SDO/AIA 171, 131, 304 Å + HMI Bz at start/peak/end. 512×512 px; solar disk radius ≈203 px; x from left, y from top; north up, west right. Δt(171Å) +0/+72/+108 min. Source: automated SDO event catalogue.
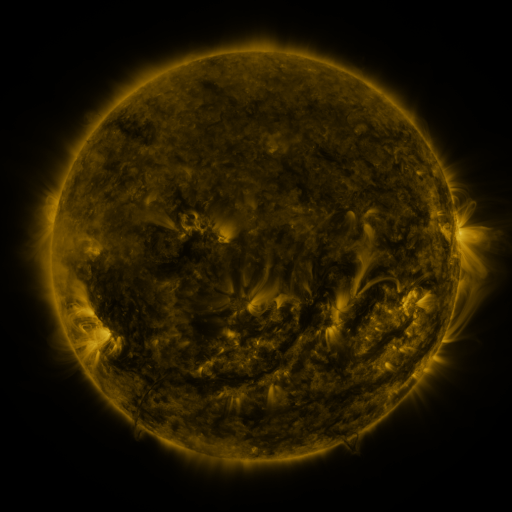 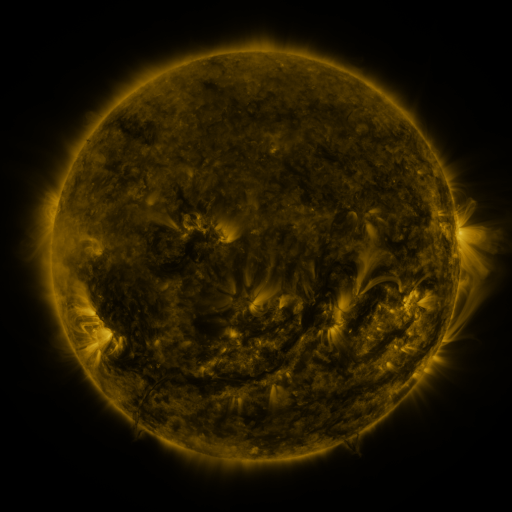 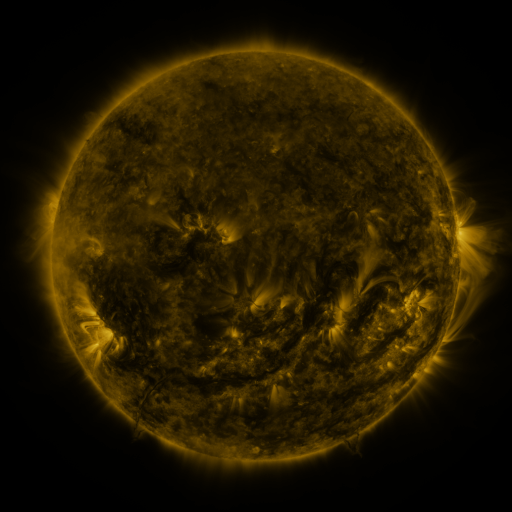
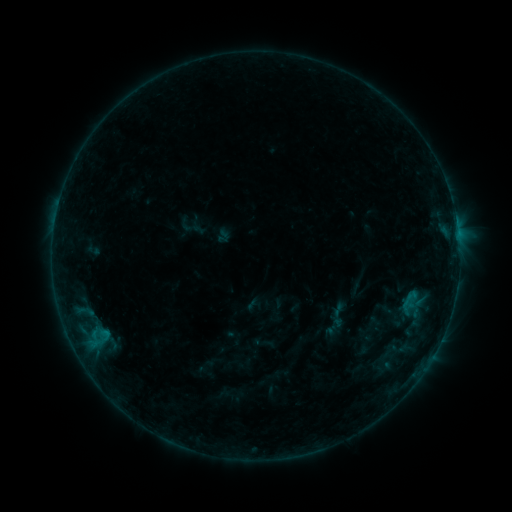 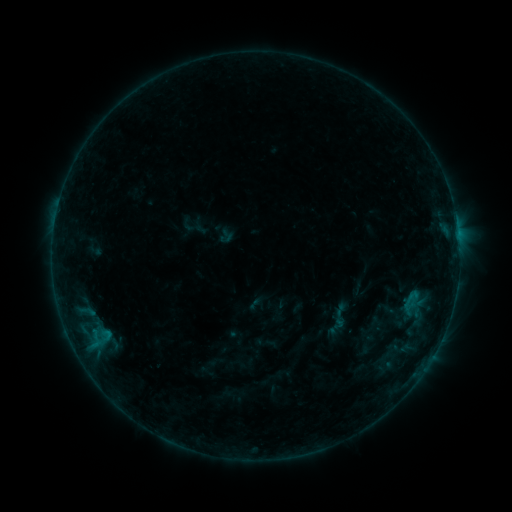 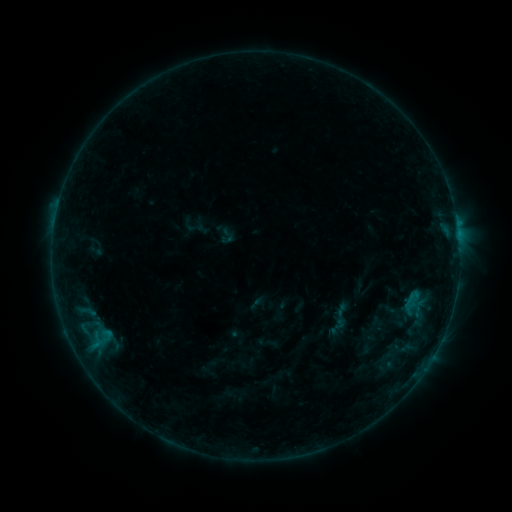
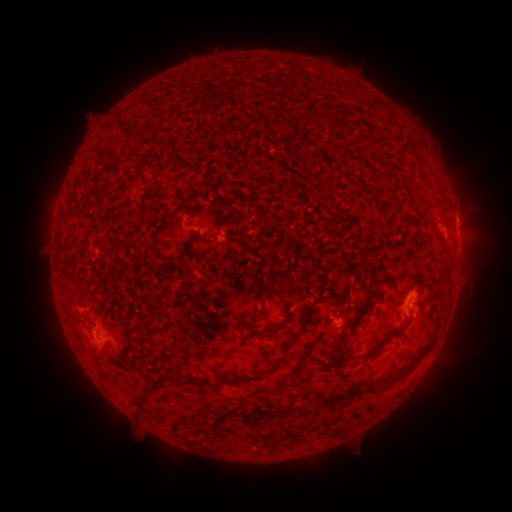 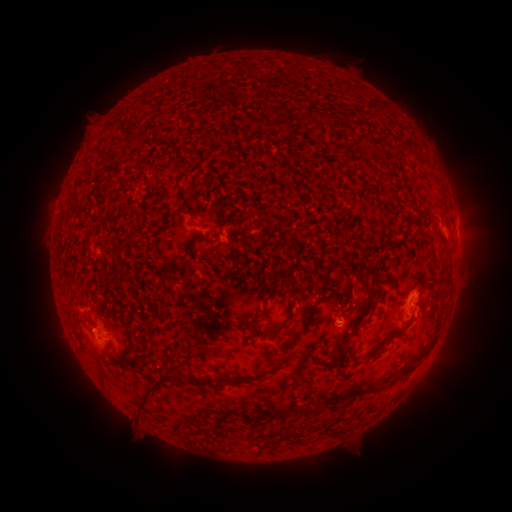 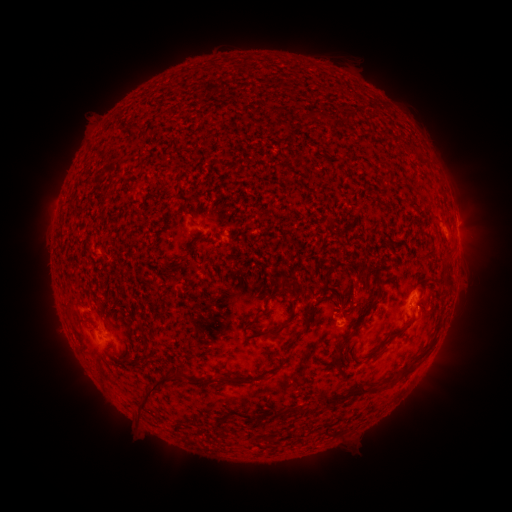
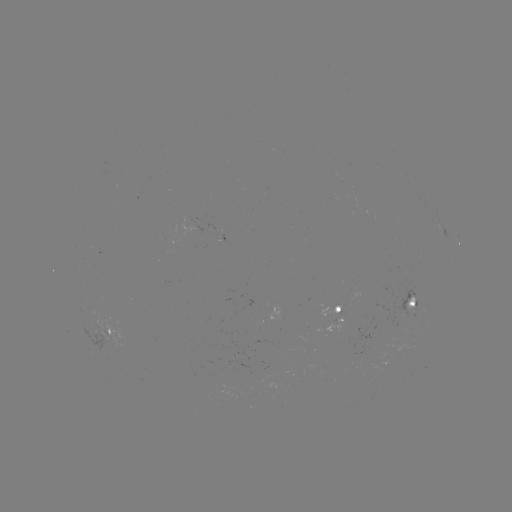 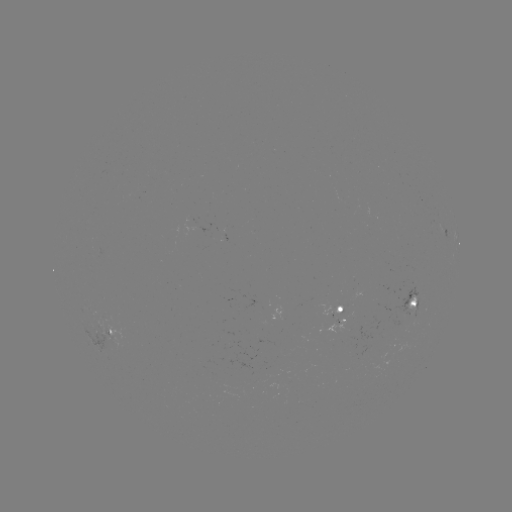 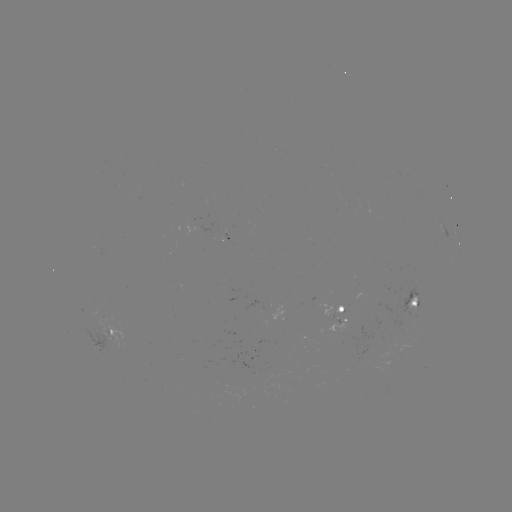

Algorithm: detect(emerging-flux region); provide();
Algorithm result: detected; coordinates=(414, 309)